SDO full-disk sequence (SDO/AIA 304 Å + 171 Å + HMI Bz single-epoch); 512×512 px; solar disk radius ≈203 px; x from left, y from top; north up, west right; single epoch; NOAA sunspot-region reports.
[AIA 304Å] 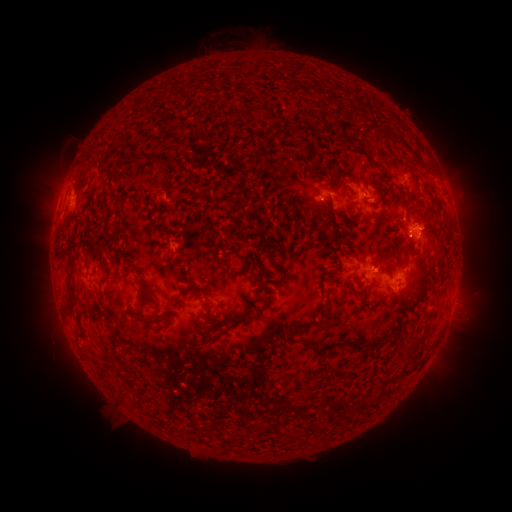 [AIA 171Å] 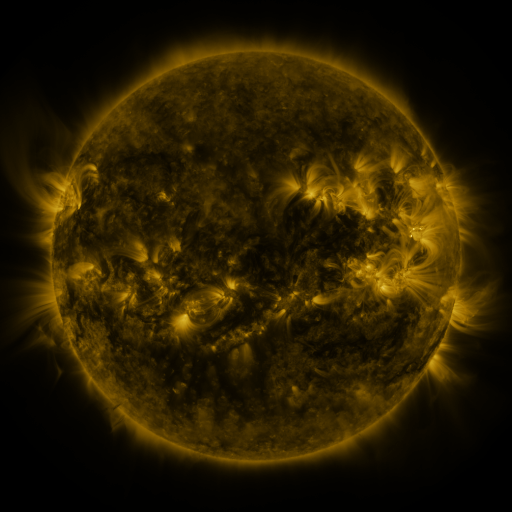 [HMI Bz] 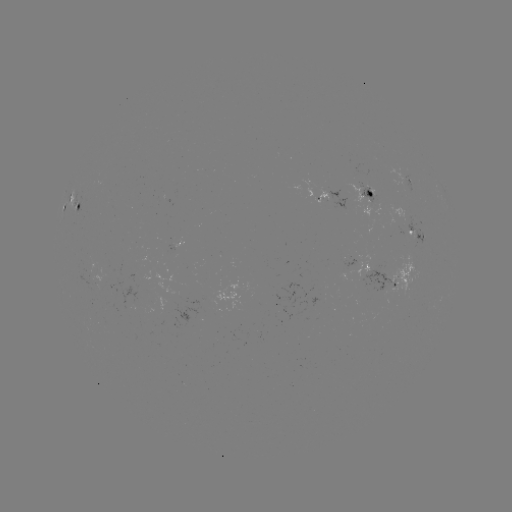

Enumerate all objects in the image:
spotted active region: (410, 181)
spotted active region: (375, 193)
spotted active region: (331, 201)
spotted active region: (72, 202)
spotted active region: (416, 232)
spotted active region: (391, 282)
